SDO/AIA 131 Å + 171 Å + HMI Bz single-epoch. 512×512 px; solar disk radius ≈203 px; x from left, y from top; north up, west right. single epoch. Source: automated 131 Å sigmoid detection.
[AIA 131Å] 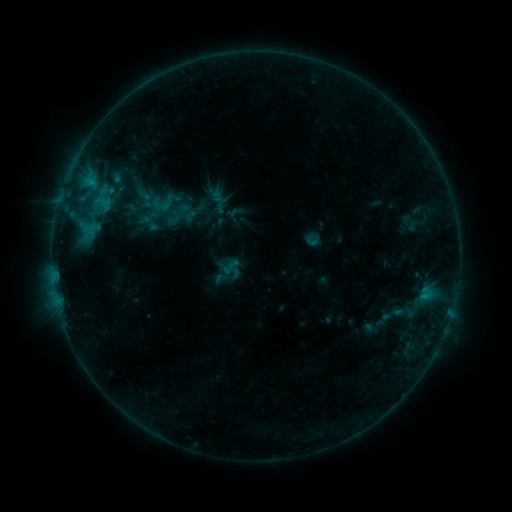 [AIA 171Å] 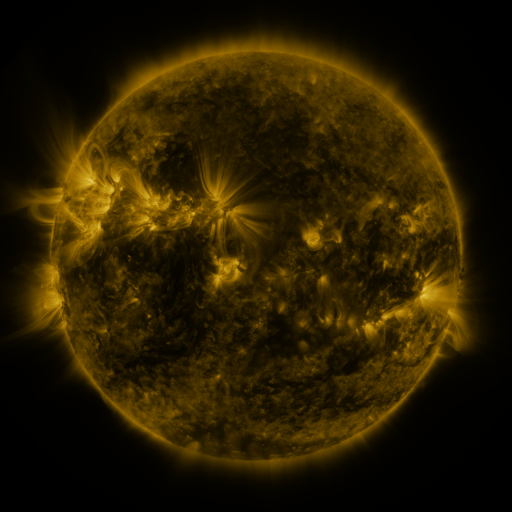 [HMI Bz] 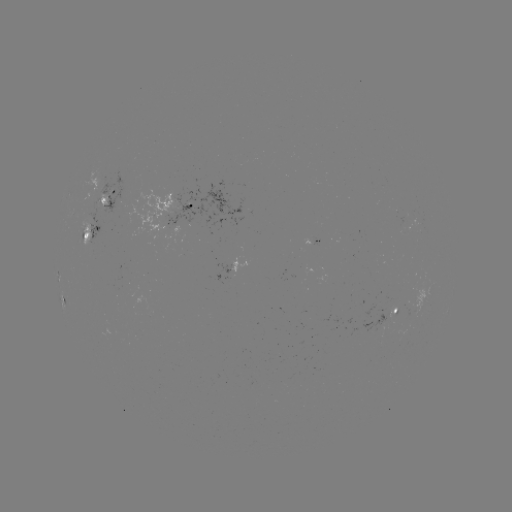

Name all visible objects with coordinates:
sigmoid: <bbox>157, 190, 182, 214</bbox>
sigmoid: <bbox>139, 192, 155, 208</bbox>
